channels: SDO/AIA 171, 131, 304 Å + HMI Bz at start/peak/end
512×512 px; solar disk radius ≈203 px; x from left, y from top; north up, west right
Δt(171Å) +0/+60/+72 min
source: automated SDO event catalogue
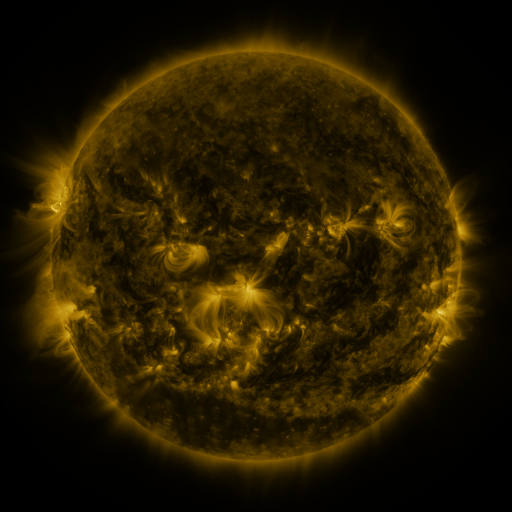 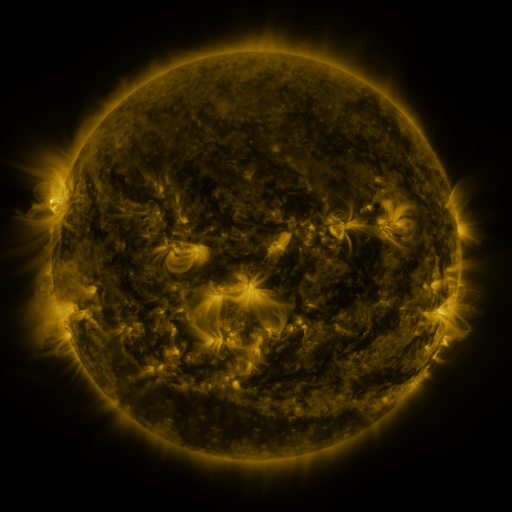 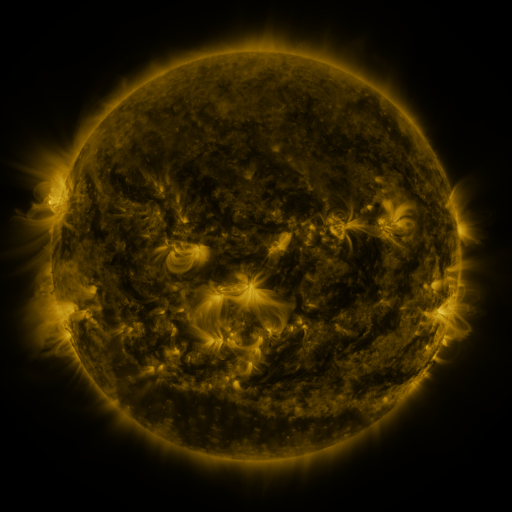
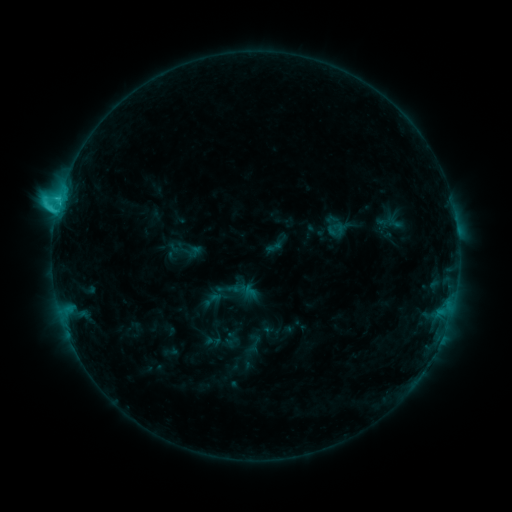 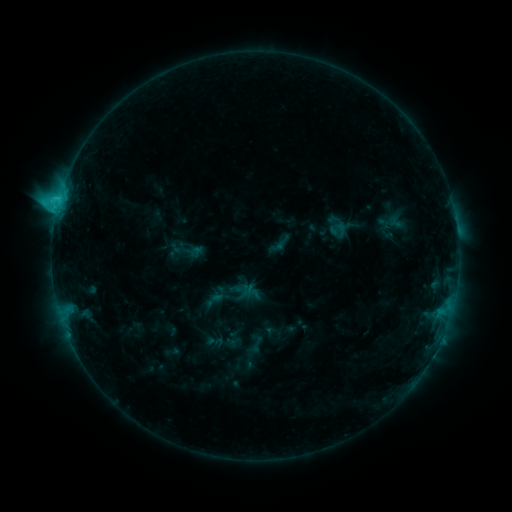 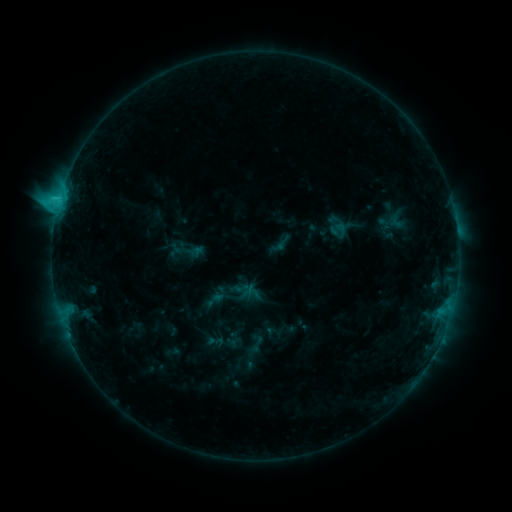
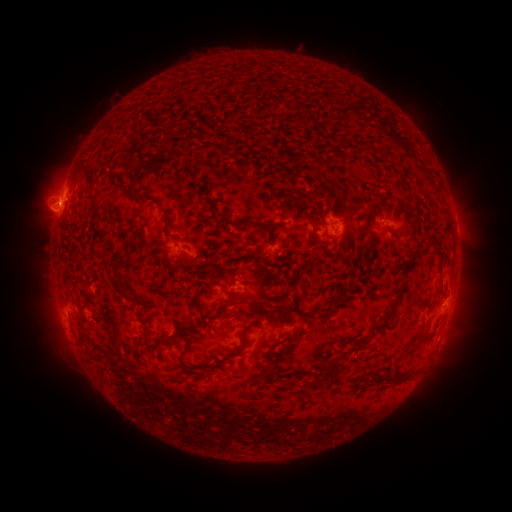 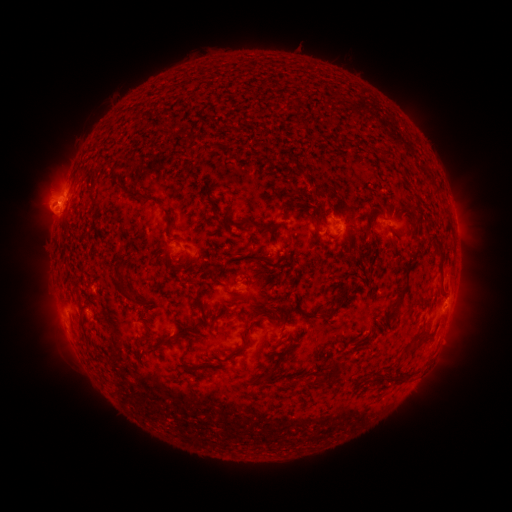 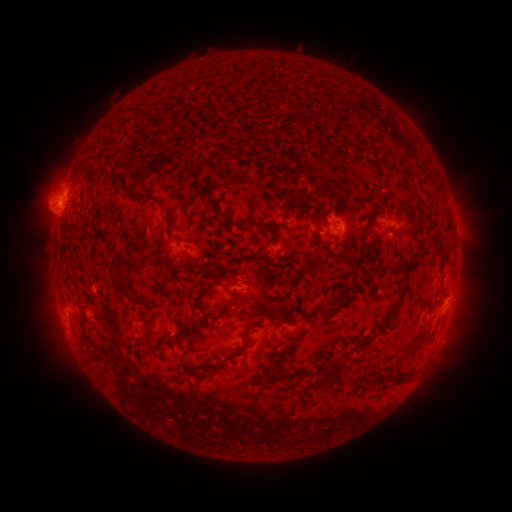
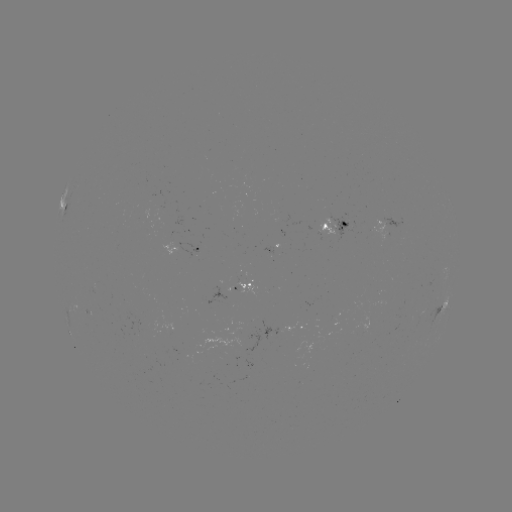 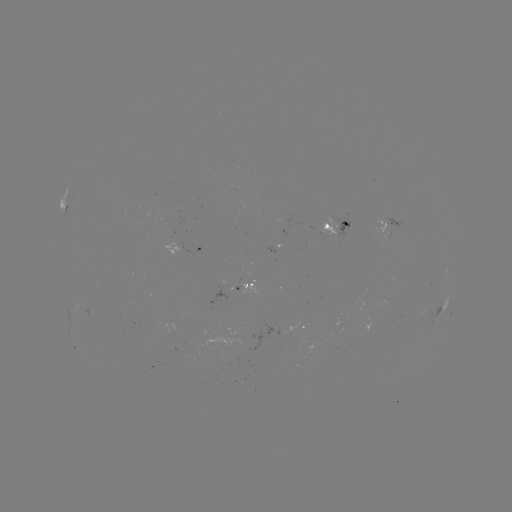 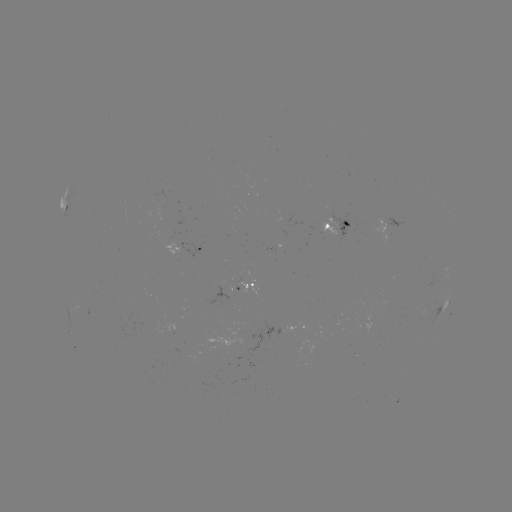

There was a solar emerging-flux region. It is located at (376, 232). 